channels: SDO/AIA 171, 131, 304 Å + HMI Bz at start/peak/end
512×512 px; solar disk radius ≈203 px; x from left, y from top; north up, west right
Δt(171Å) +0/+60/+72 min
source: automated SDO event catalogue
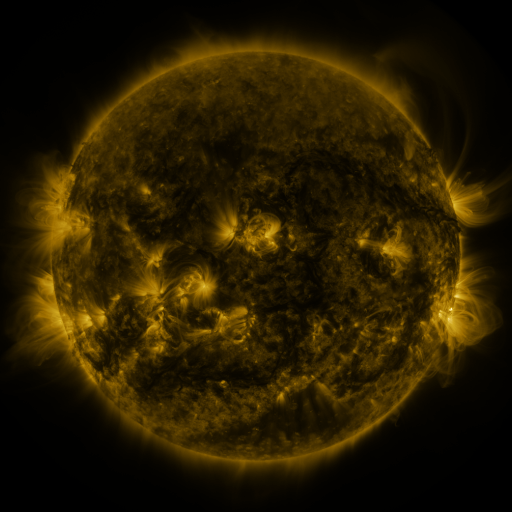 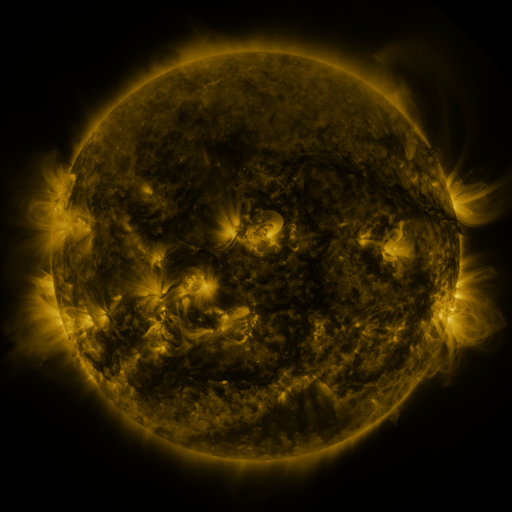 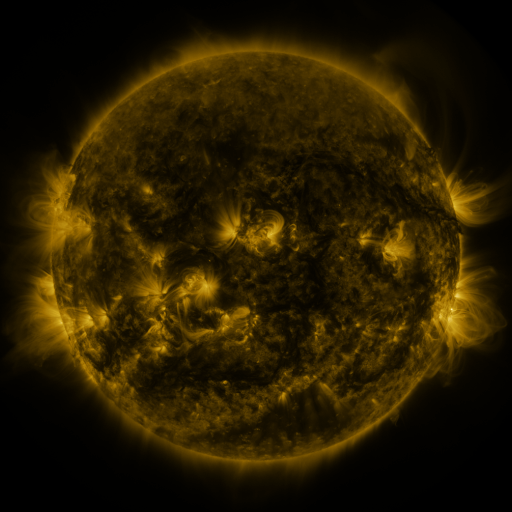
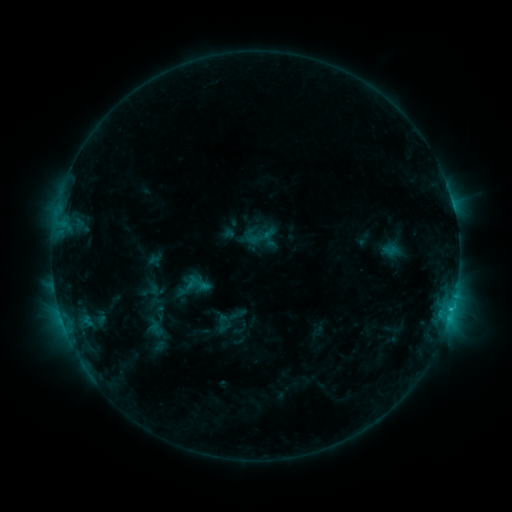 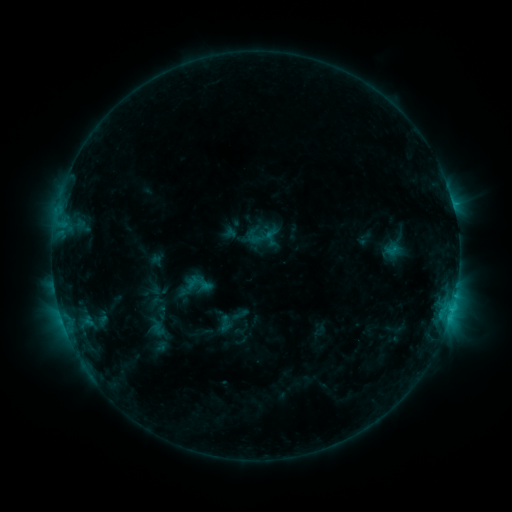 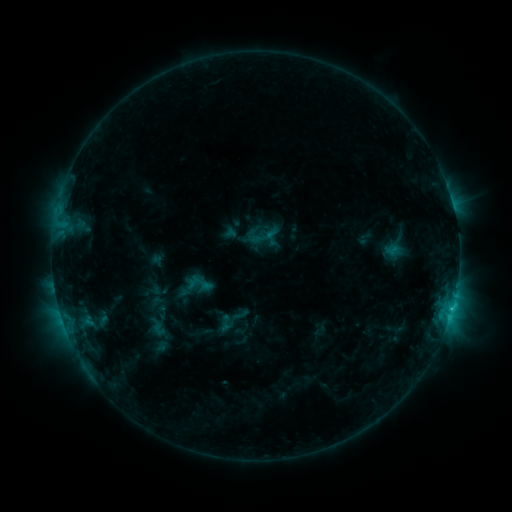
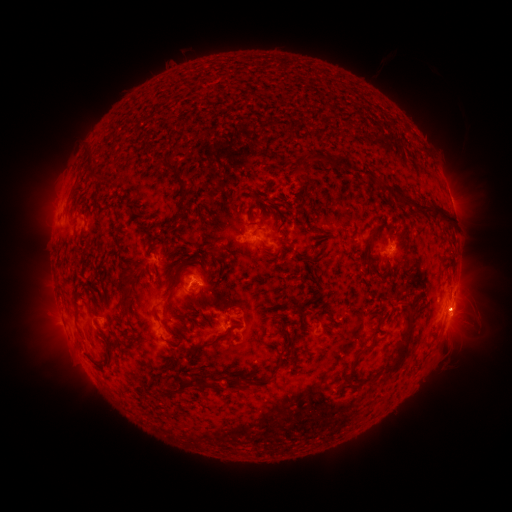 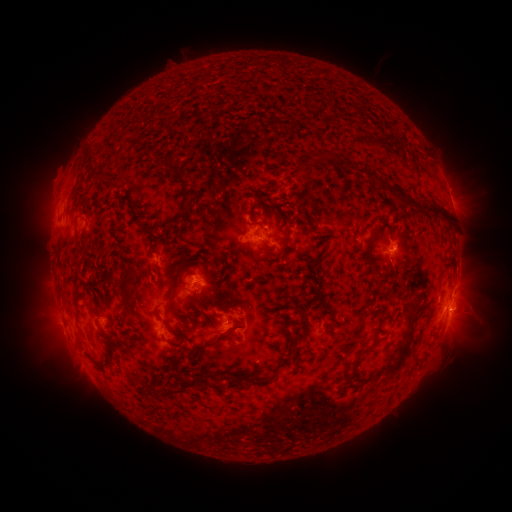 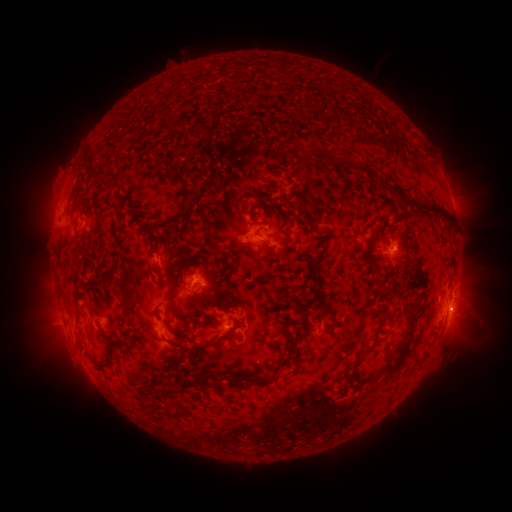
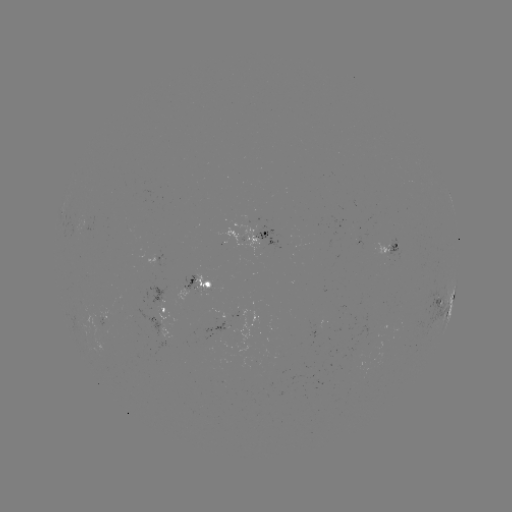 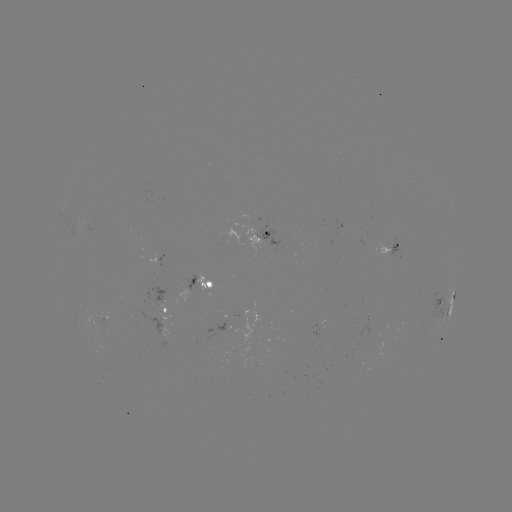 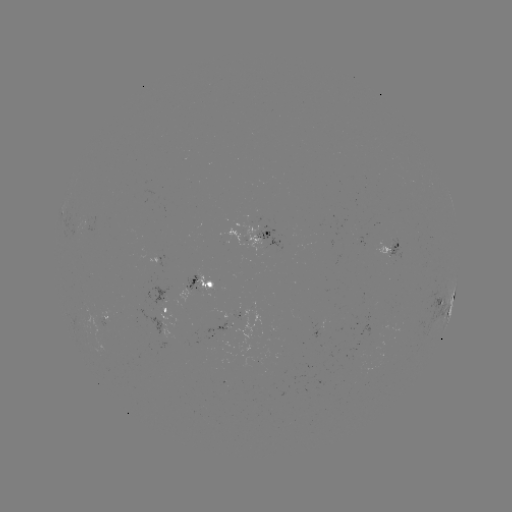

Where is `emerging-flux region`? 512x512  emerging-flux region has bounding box [185, 276, 197, 291].